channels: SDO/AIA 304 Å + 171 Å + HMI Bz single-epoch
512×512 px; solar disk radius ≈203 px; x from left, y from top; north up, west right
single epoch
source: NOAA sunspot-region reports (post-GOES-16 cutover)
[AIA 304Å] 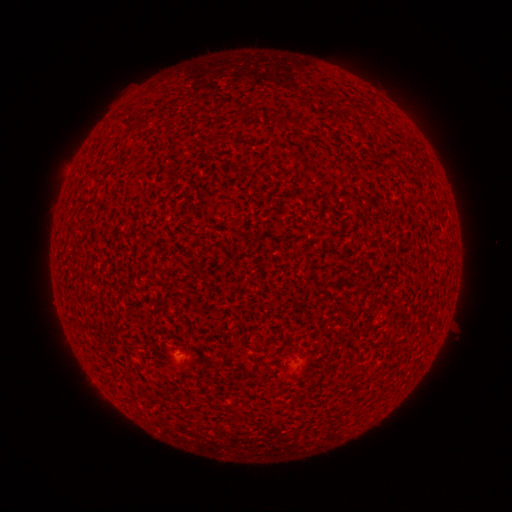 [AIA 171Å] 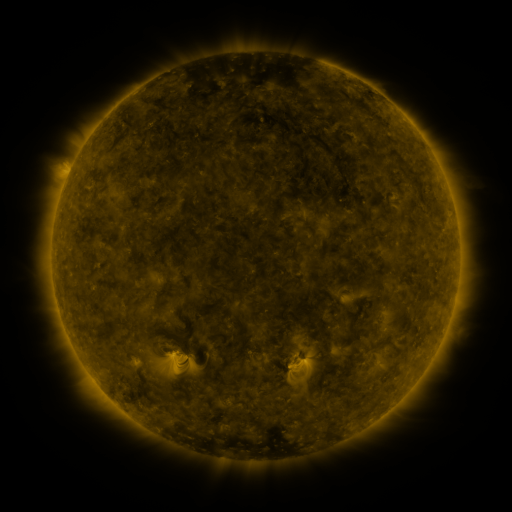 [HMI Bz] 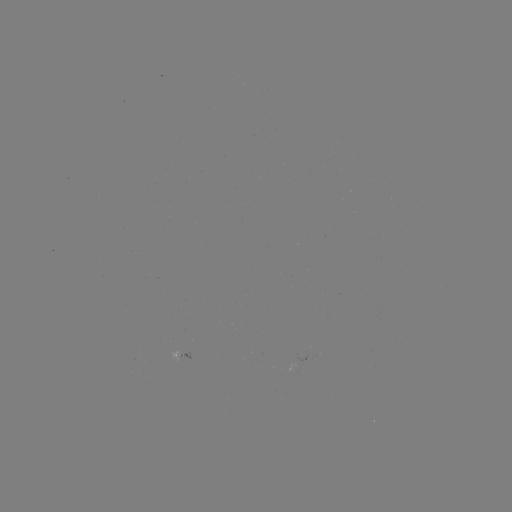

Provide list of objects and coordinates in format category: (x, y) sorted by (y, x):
spotted active region: (179, 353)
spotted active region: (303, 360)
